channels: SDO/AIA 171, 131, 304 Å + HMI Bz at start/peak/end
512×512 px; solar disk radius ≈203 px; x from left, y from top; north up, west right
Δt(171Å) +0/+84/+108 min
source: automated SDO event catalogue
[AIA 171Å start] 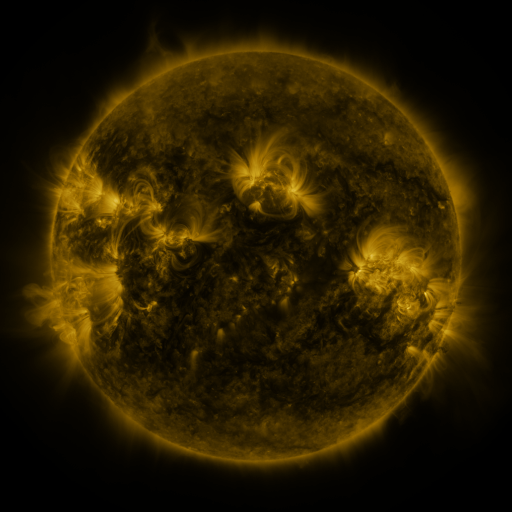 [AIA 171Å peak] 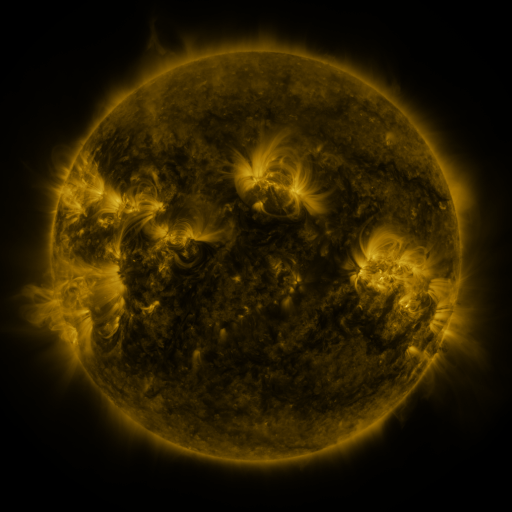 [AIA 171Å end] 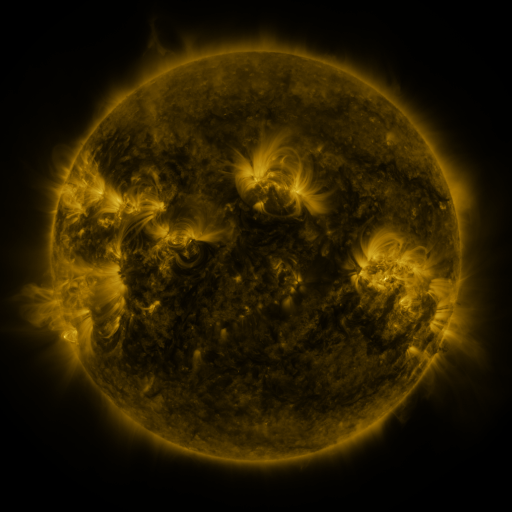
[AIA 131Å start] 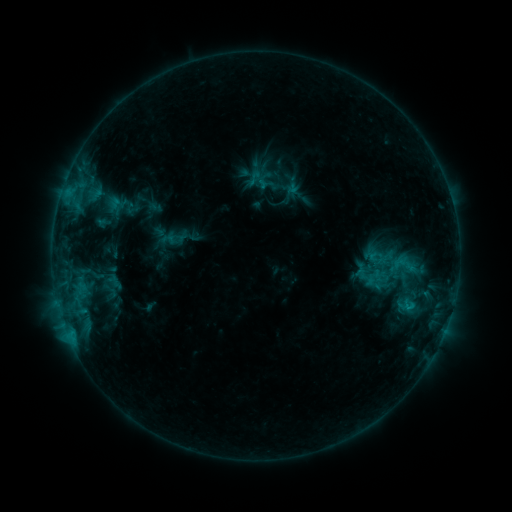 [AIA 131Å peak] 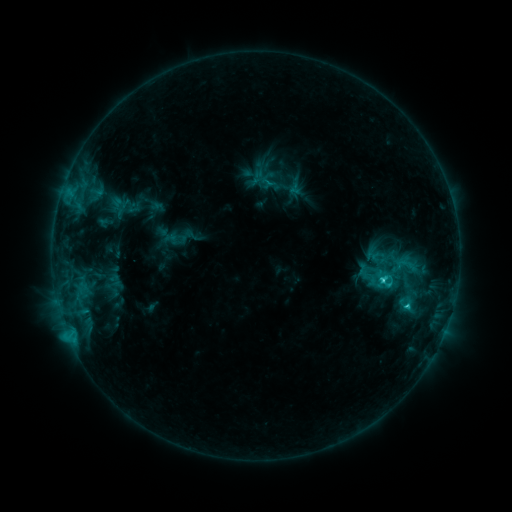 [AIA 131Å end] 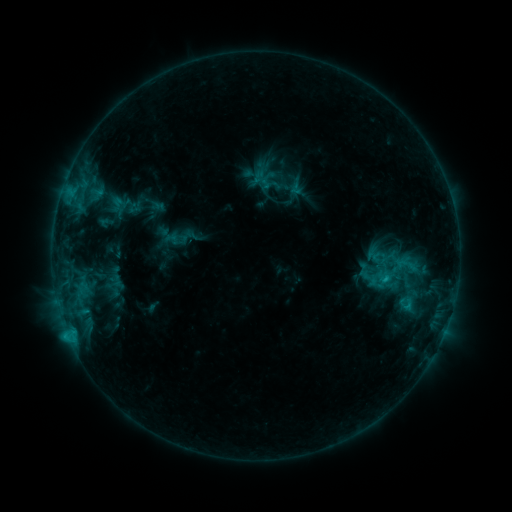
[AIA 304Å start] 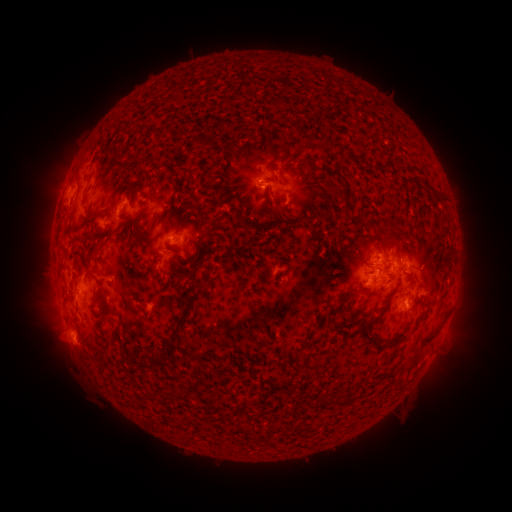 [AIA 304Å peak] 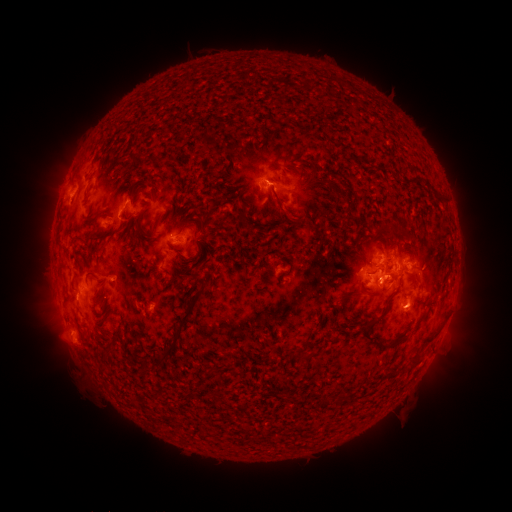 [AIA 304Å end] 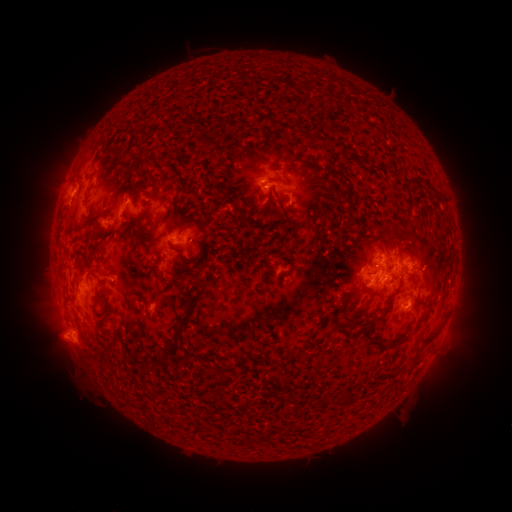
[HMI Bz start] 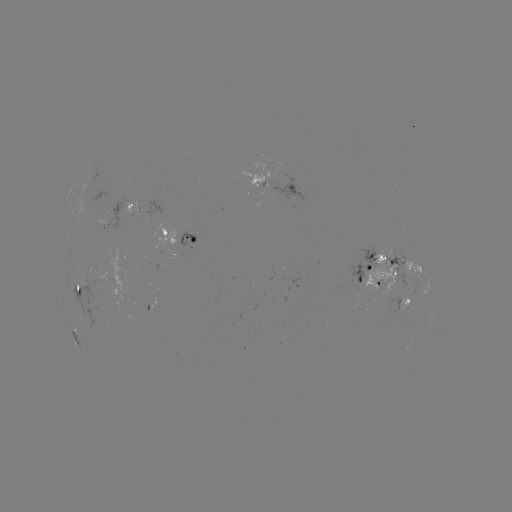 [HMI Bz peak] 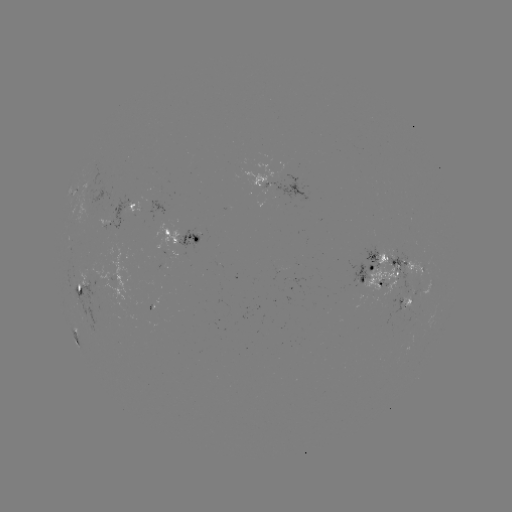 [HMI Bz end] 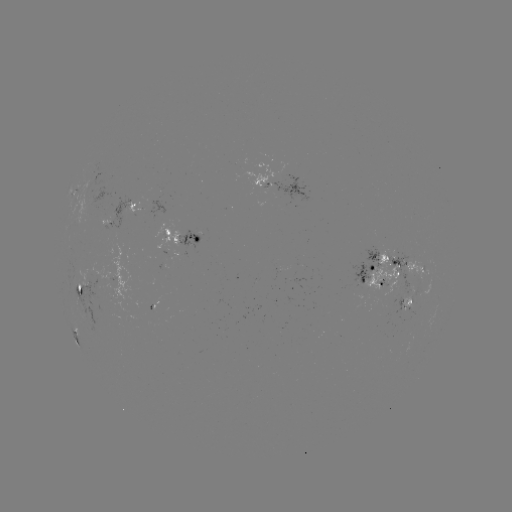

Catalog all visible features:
emerging-flux region: (292, 273)
